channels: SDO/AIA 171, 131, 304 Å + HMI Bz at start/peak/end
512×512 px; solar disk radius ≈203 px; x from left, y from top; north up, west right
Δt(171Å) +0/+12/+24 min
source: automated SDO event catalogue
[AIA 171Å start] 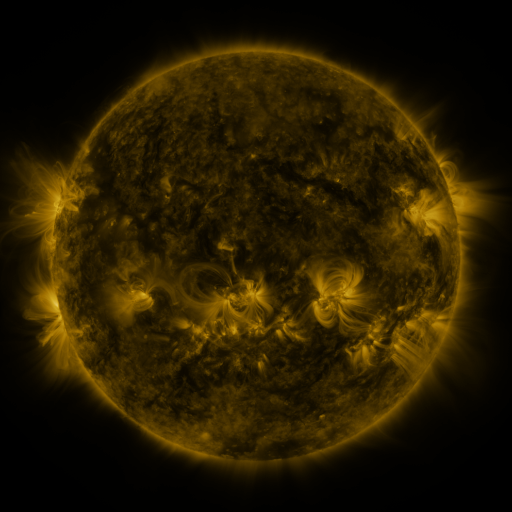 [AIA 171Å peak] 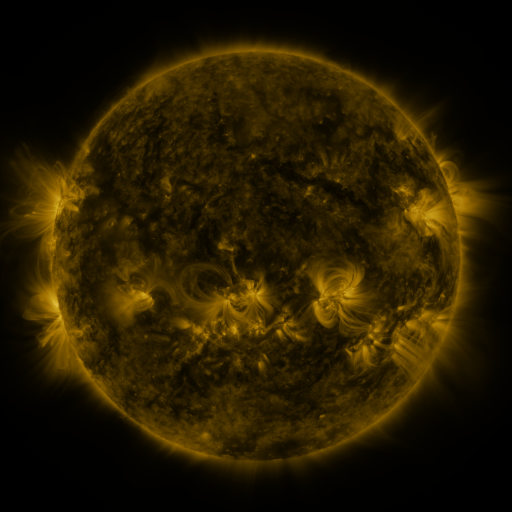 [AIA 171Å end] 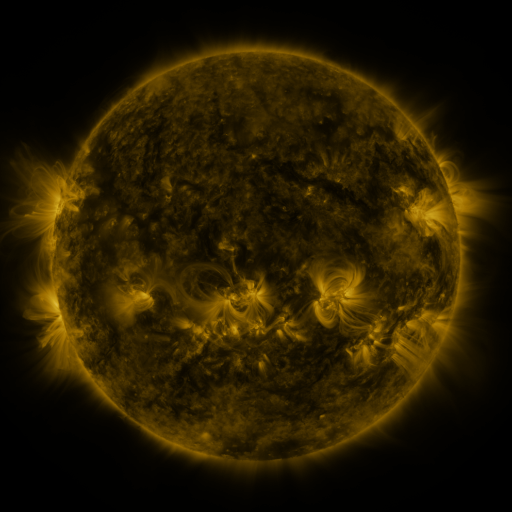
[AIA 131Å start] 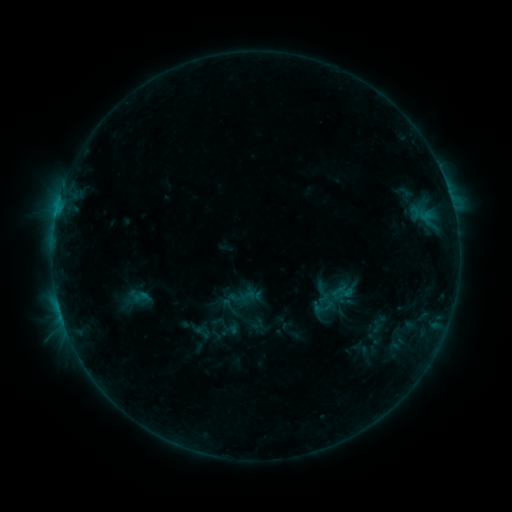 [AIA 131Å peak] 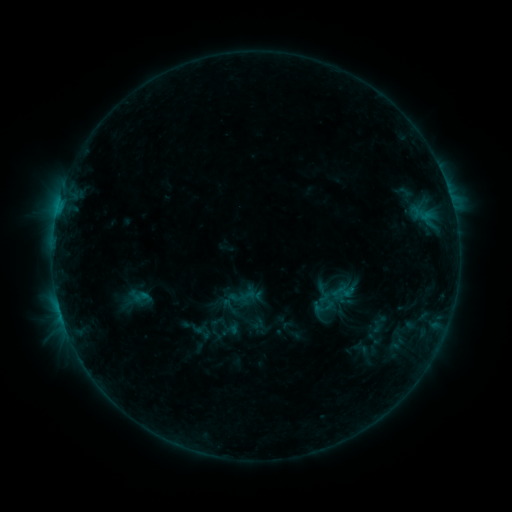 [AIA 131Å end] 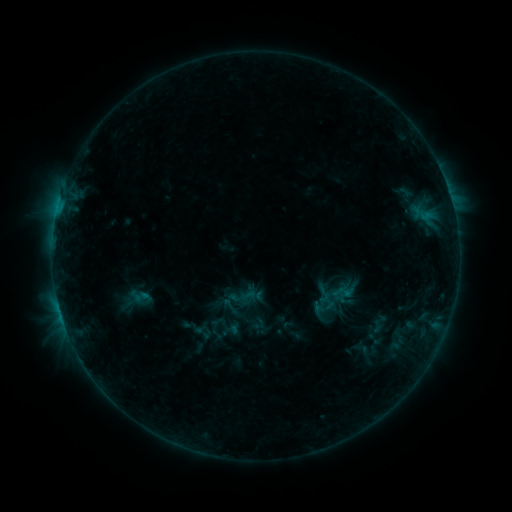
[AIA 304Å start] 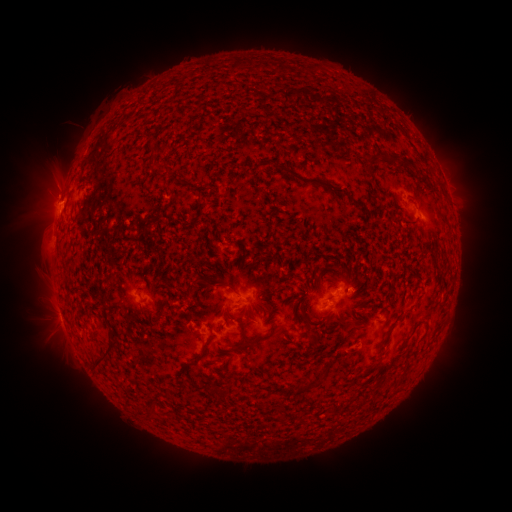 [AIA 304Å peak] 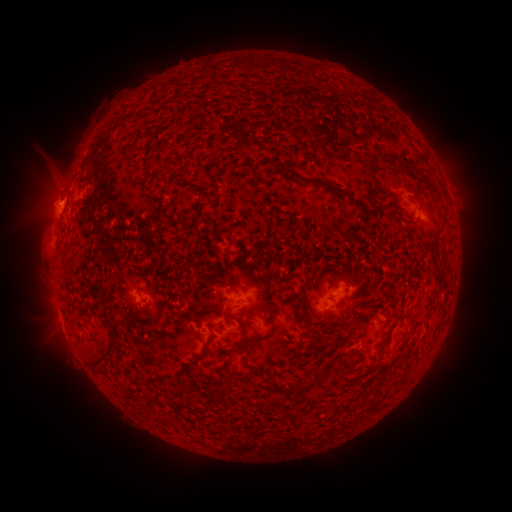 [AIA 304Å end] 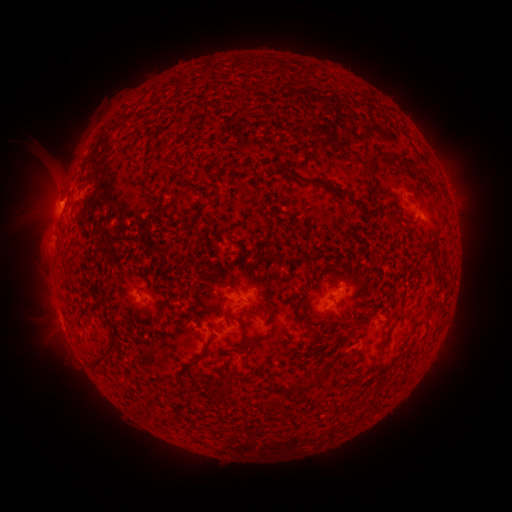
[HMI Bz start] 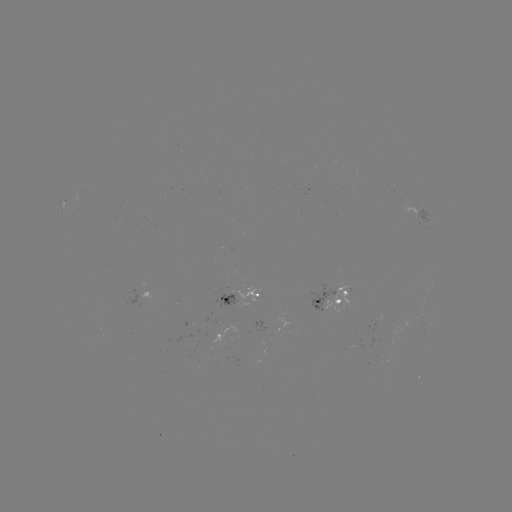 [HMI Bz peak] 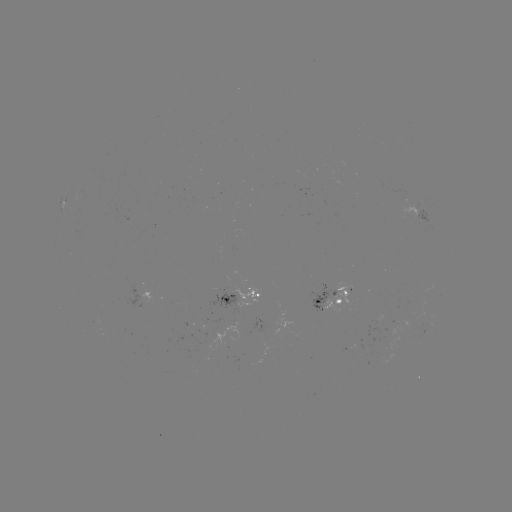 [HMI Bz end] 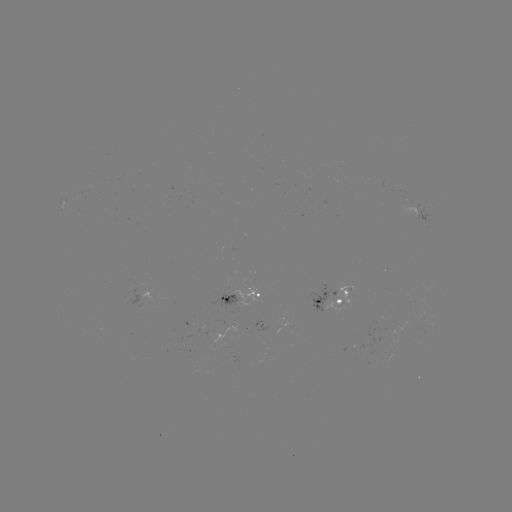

no flare in any classed list; no EUV-trigger detection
